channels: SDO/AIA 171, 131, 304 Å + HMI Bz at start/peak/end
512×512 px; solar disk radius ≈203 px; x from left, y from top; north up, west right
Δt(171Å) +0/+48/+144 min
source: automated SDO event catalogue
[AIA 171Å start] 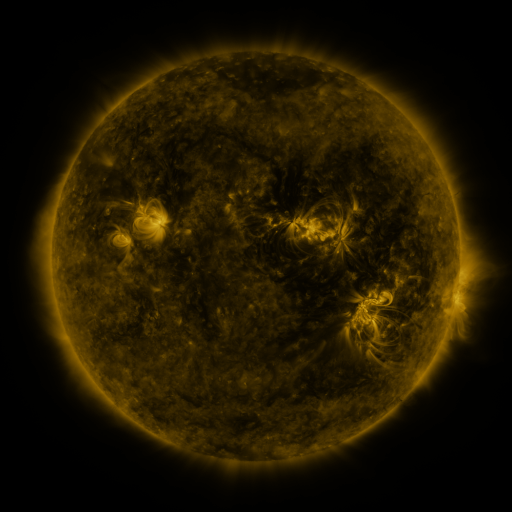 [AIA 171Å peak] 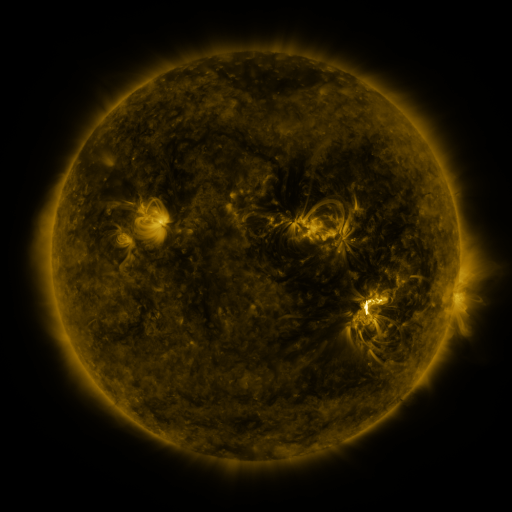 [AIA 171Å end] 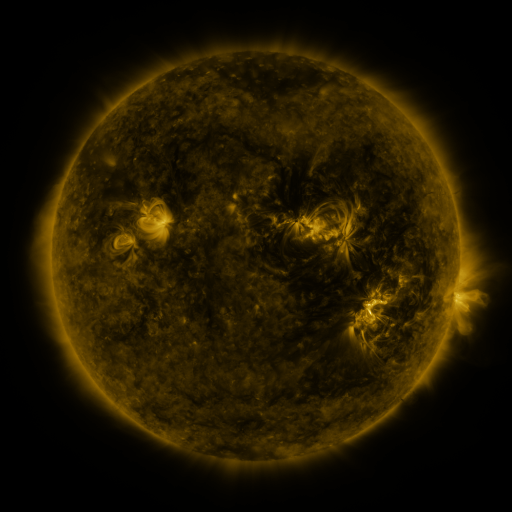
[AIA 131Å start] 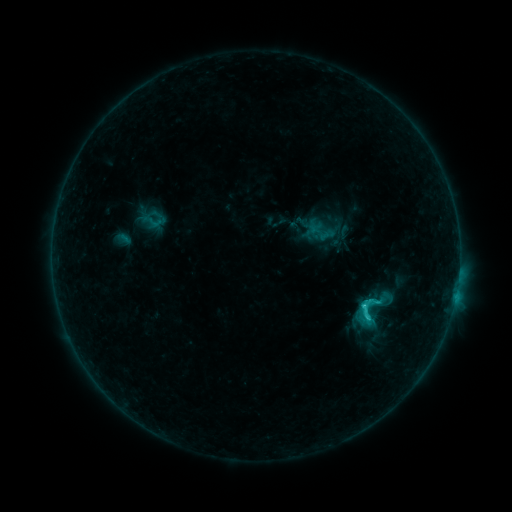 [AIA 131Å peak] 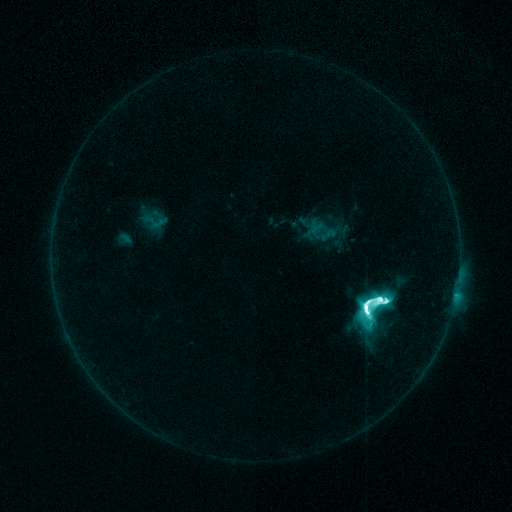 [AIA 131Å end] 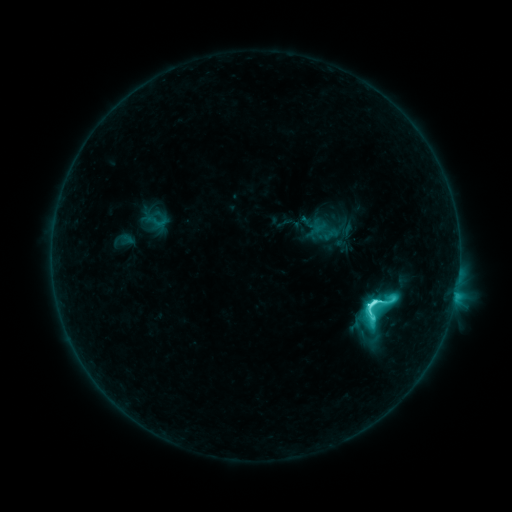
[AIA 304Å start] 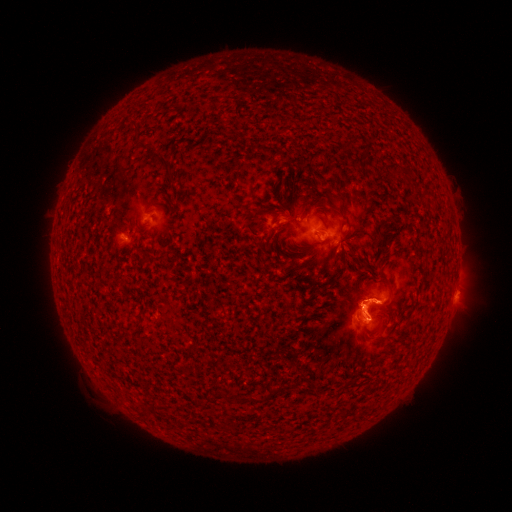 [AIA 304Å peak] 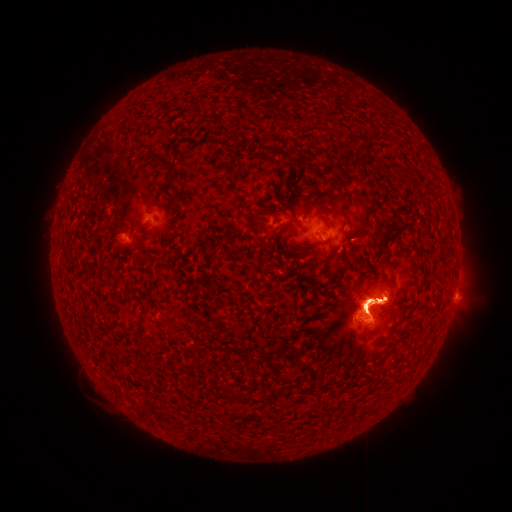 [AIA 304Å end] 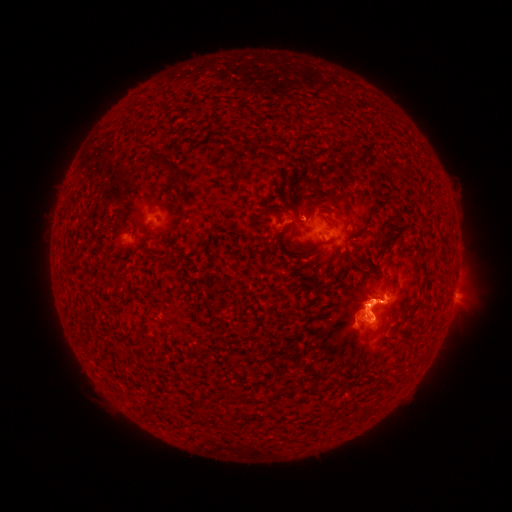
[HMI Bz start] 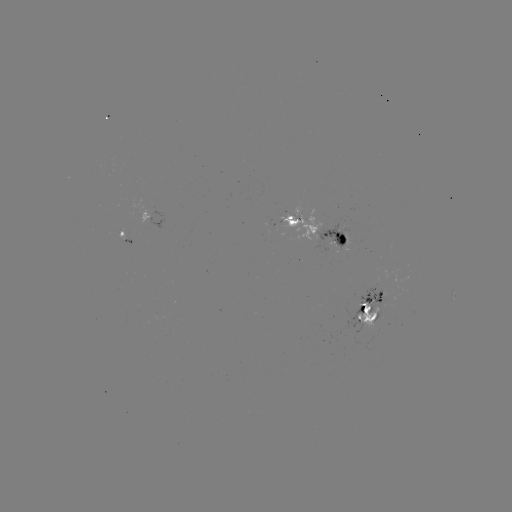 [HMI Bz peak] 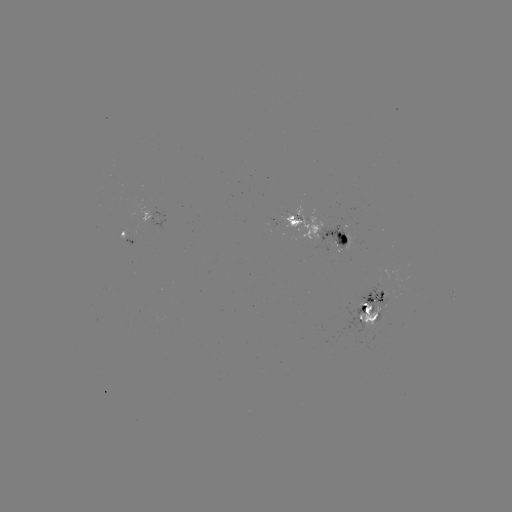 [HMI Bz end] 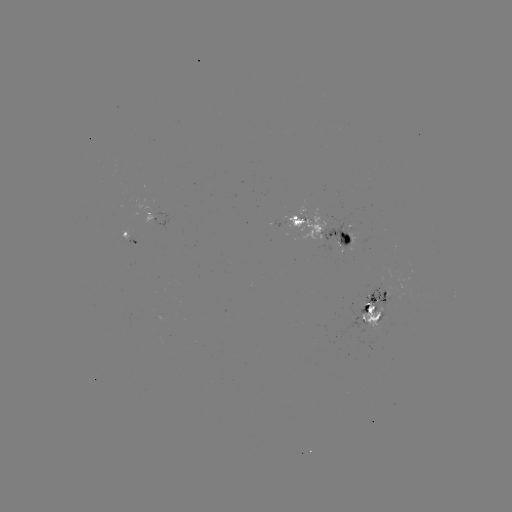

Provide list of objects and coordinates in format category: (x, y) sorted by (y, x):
M7.7 flare: (365, 305)
